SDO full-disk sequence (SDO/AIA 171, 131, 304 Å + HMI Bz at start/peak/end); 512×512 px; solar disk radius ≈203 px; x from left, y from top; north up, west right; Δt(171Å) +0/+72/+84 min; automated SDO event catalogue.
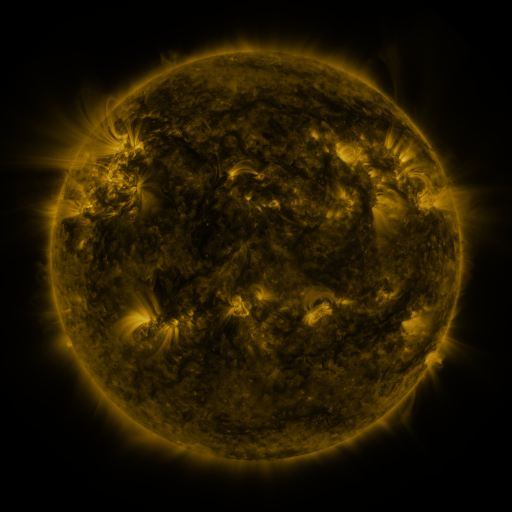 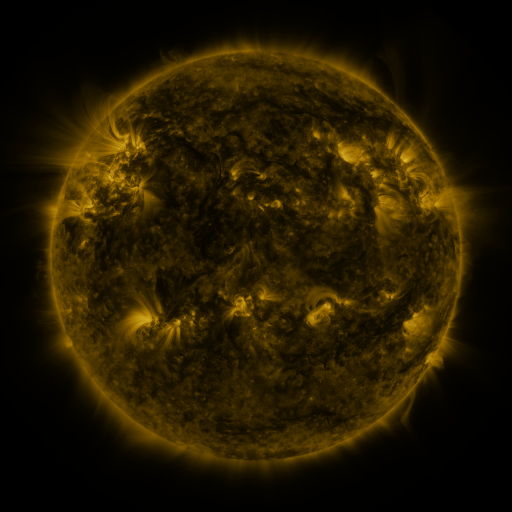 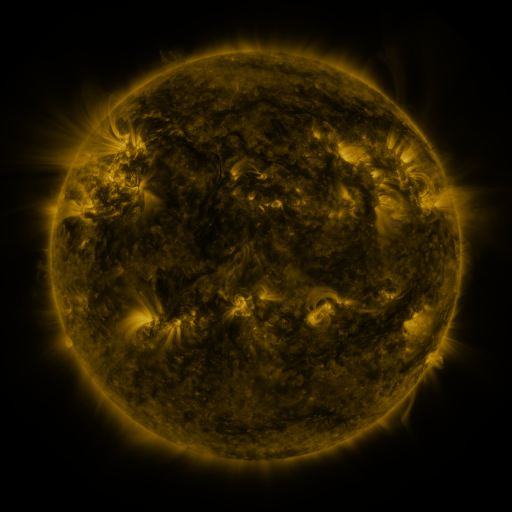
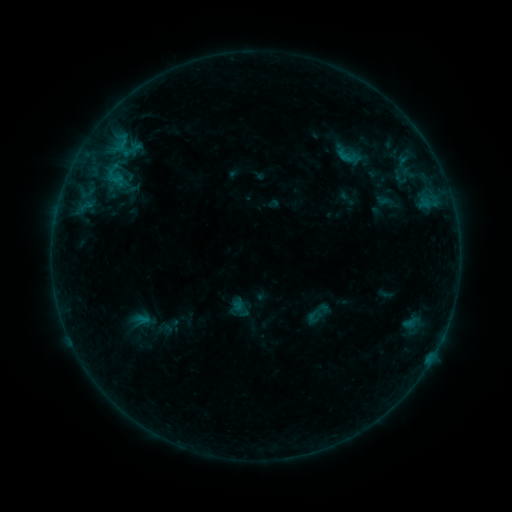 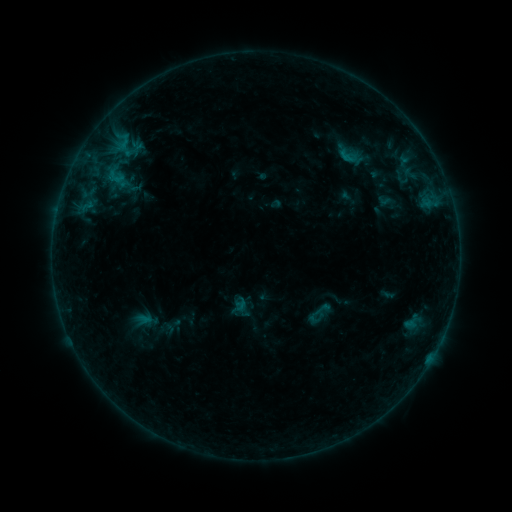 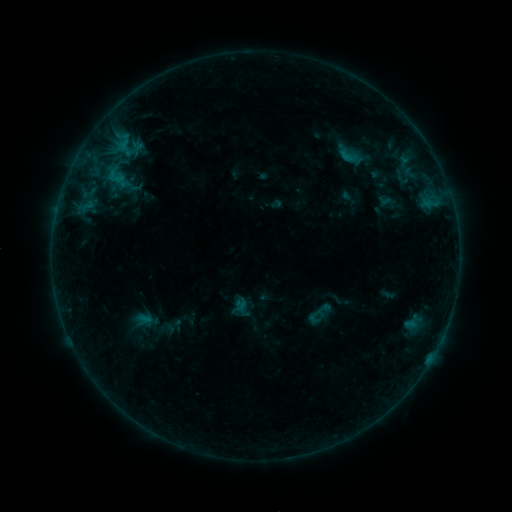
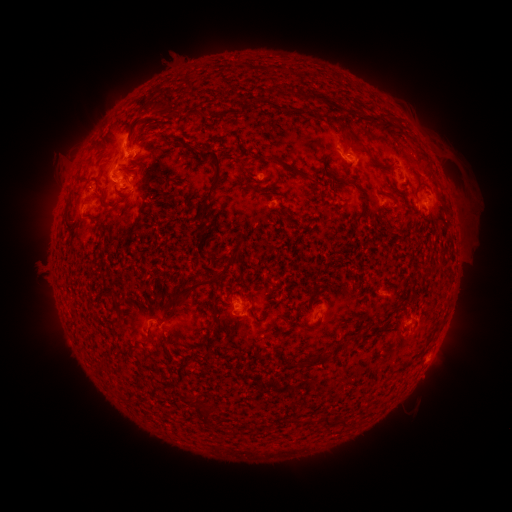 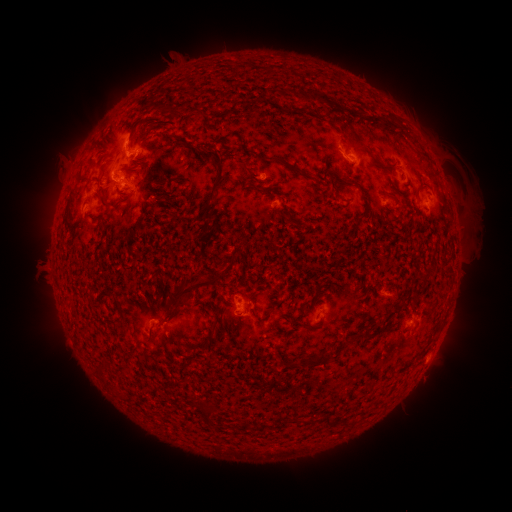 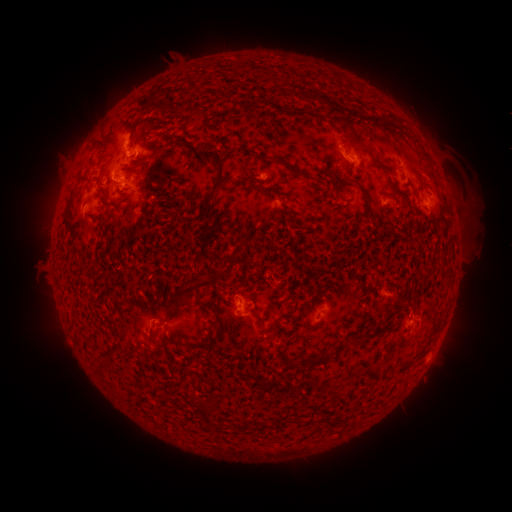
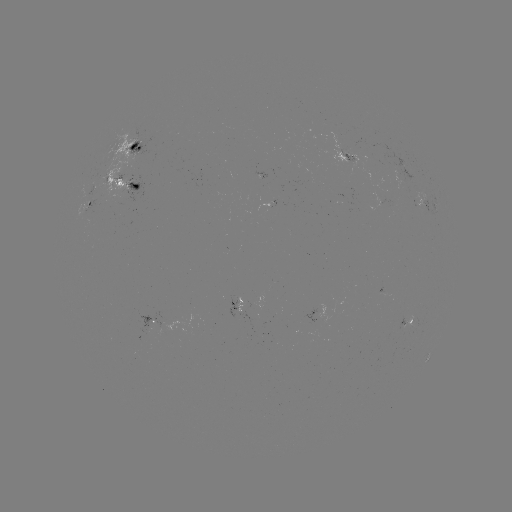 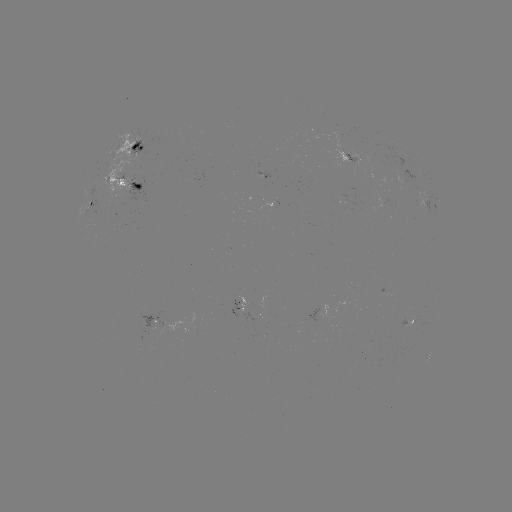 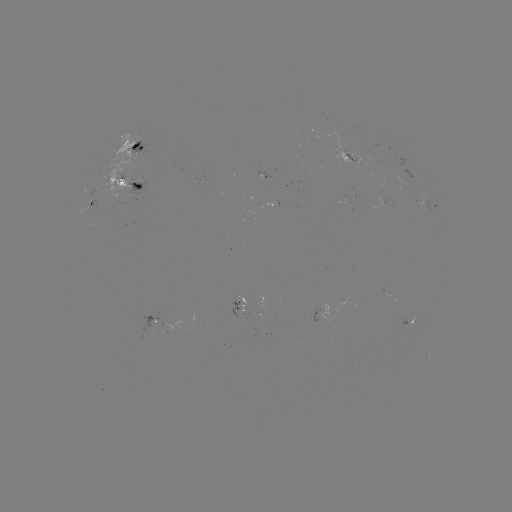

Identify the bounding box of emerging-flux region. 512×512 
[405, 317, 415, 336].